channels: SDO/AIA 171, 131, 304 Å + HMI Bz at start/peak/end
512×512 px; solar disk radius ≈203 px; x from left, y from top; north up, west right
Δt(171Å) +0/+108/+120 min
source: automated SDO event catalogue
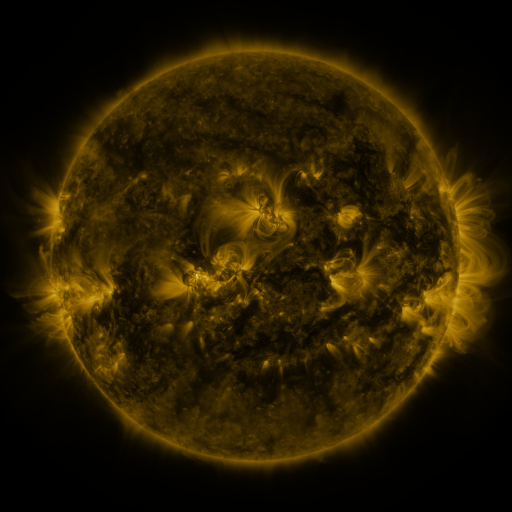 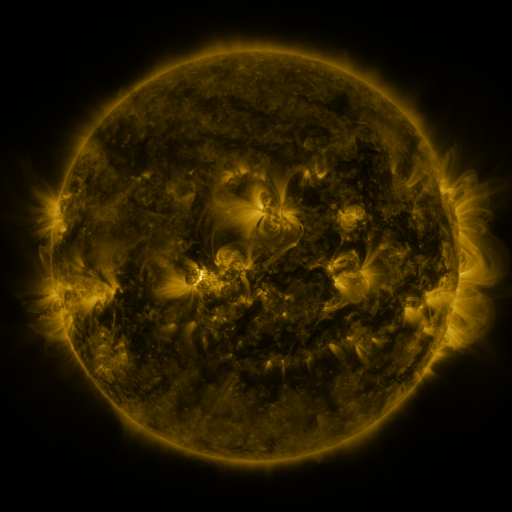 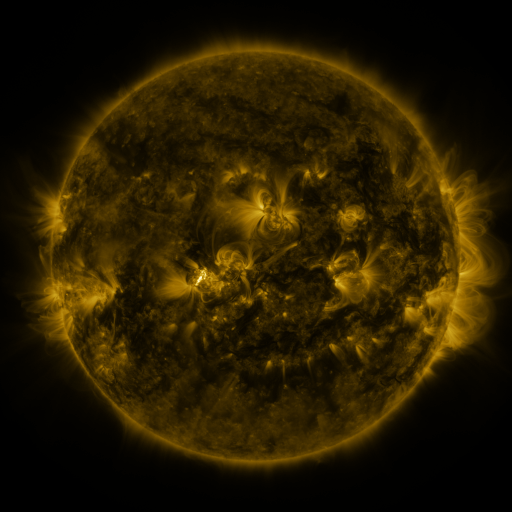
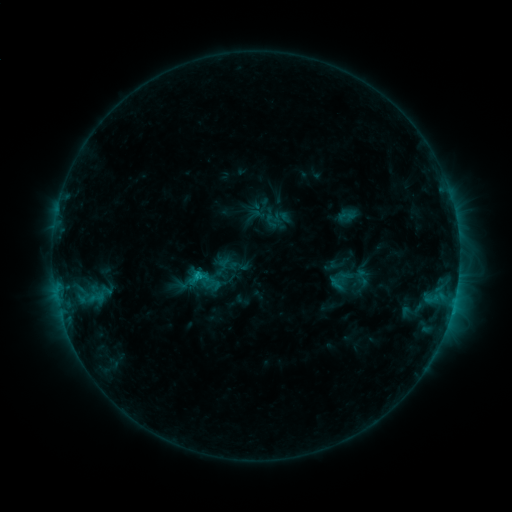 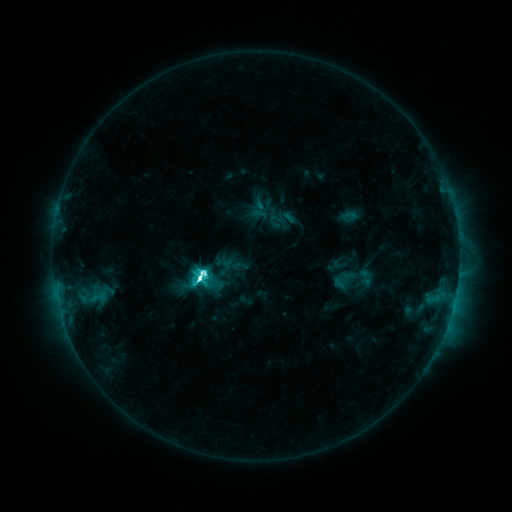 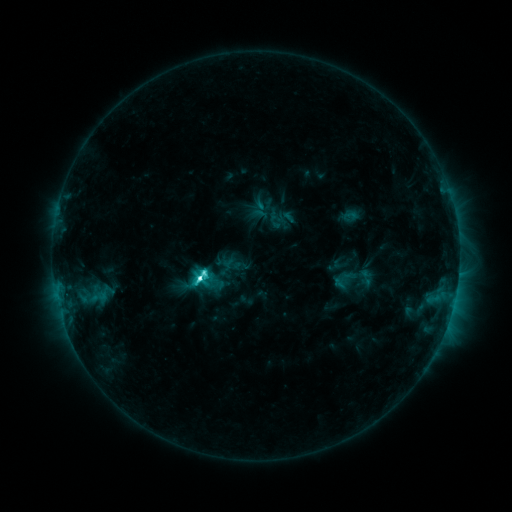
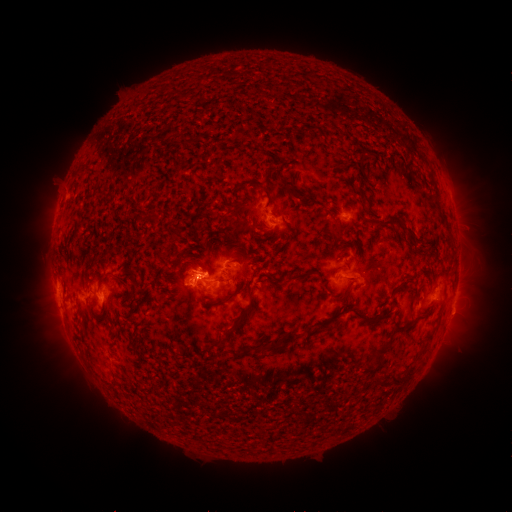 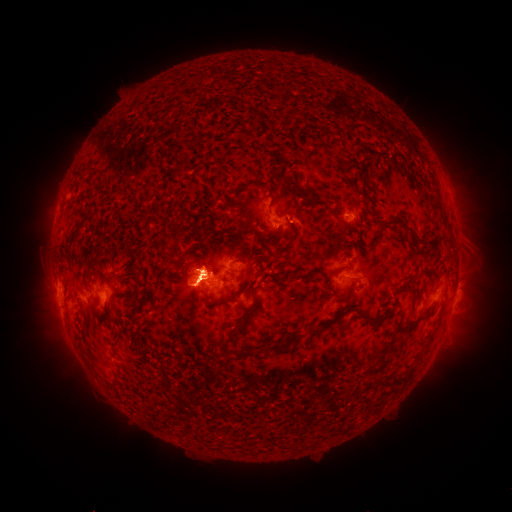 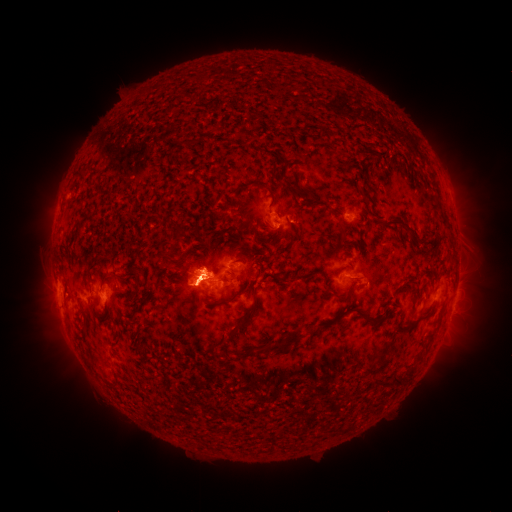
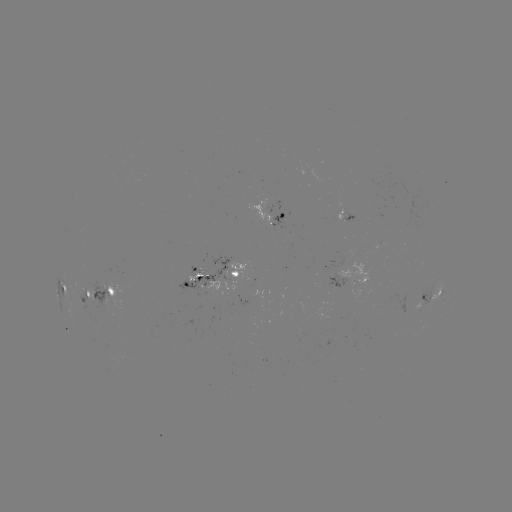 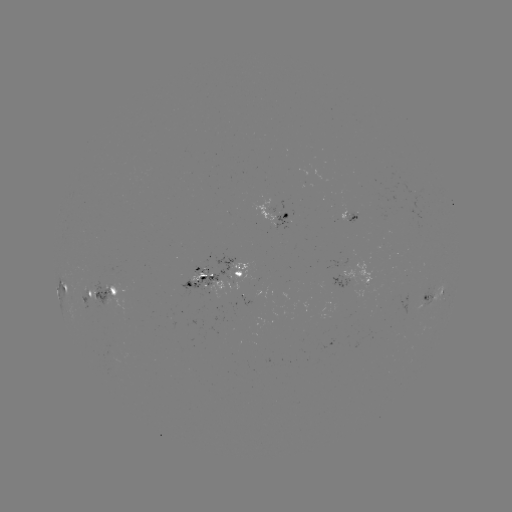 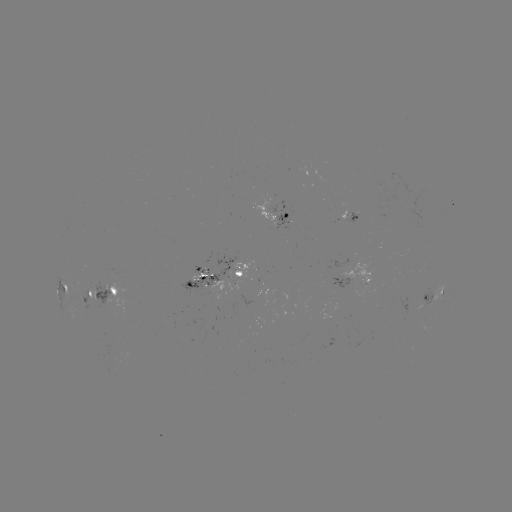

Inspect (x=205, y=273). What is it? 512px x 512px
emerging-flux region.